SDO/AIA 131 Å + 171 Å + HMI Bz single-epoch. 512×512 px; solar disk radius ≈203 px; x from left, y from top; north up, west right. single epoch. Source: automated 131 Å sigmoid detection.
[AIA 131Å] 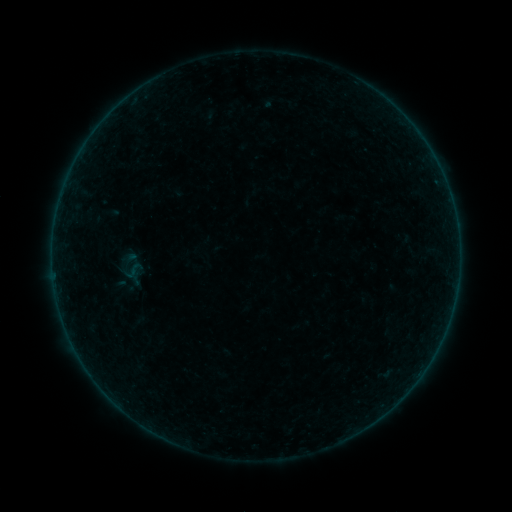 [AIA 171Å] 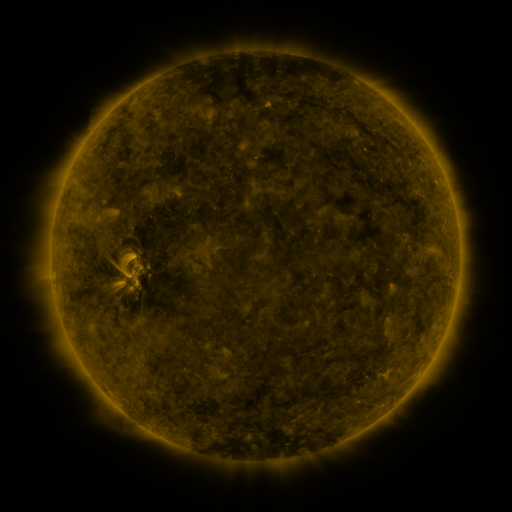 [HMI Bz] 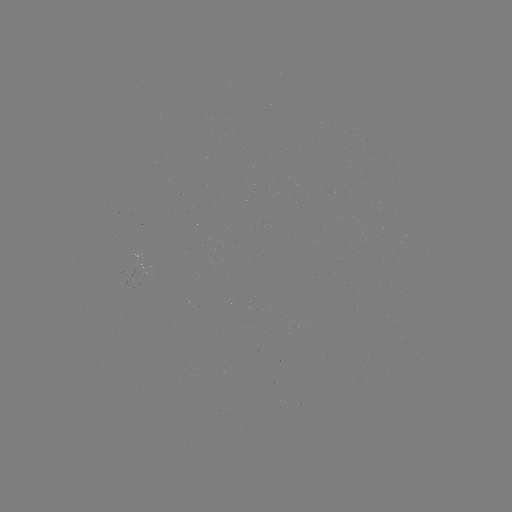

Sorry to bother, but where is sigmoid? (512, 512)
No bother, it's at (134, 270).